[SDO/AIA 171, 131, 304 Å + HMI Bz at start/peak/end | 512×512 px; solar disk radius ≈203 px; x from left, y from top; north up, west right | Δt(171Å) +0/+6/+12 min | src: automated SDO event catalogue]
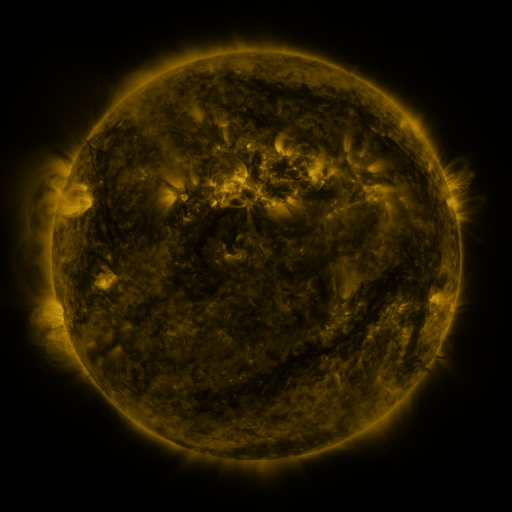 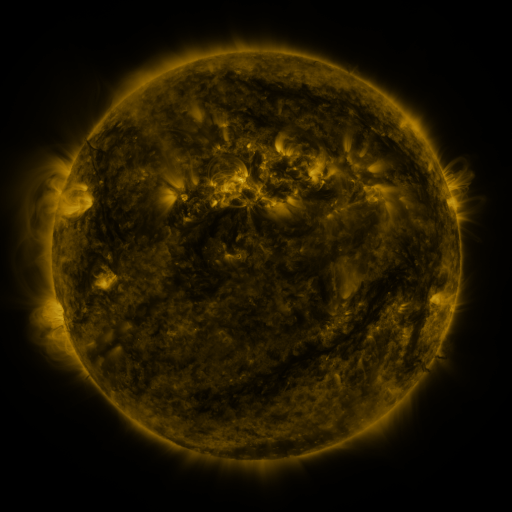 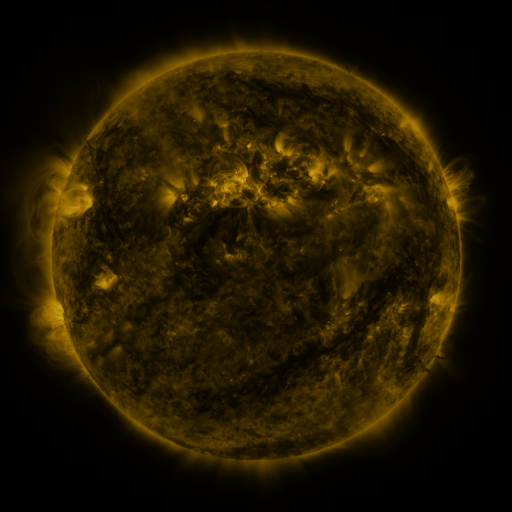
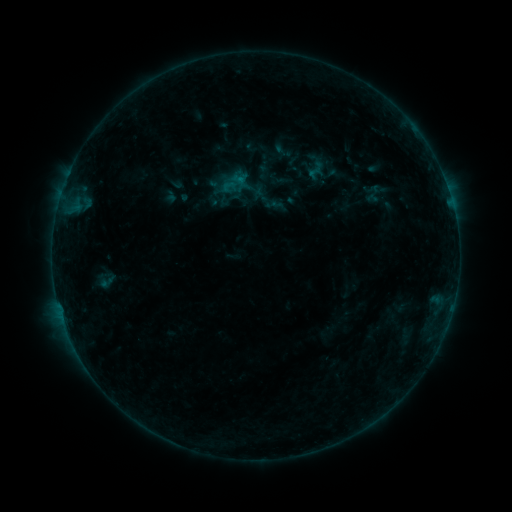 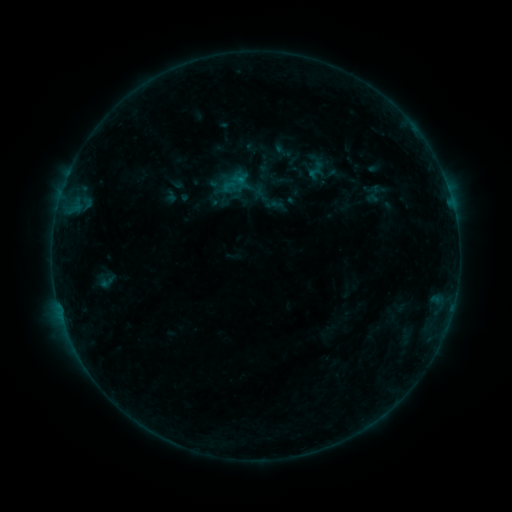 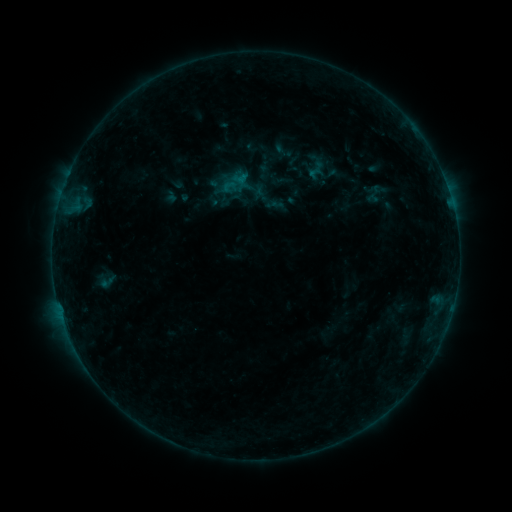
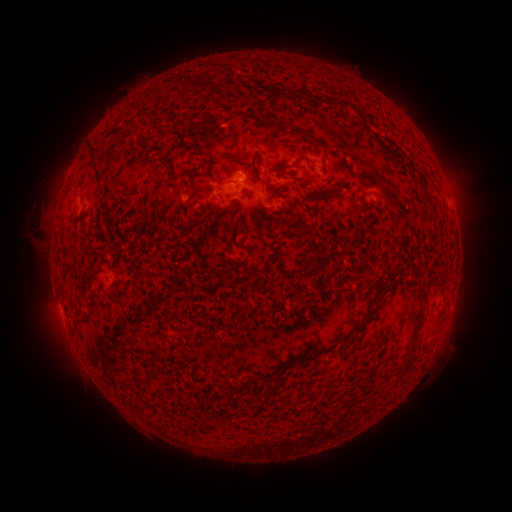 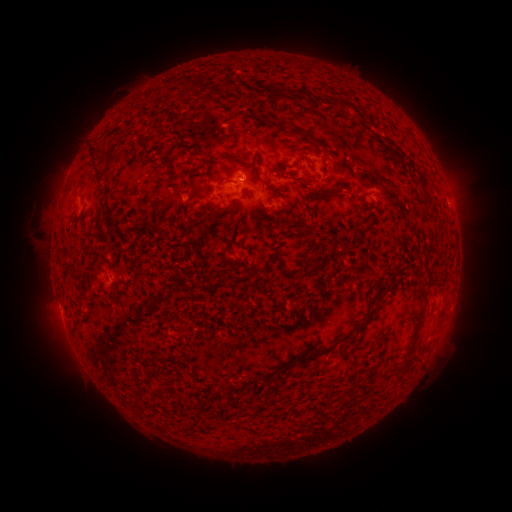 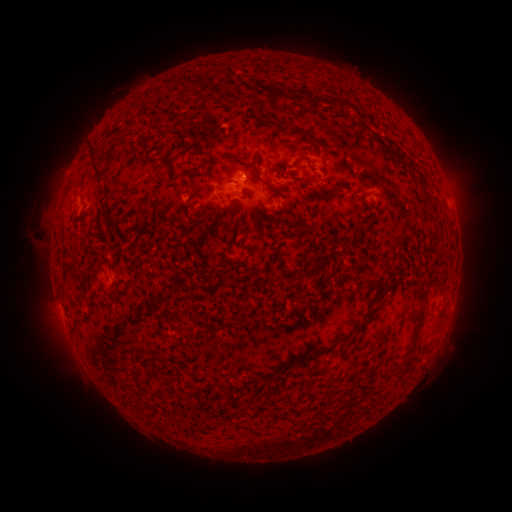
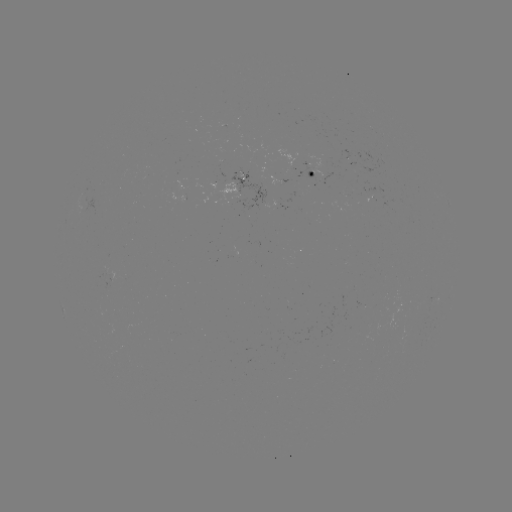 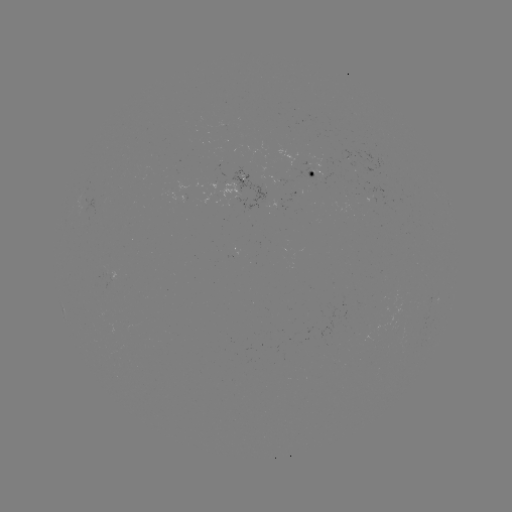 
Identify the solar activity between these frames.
nothing was catalogued: no classed flare, no EUV trigger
